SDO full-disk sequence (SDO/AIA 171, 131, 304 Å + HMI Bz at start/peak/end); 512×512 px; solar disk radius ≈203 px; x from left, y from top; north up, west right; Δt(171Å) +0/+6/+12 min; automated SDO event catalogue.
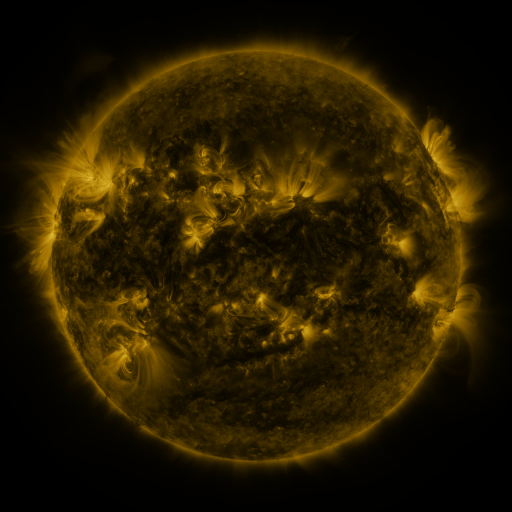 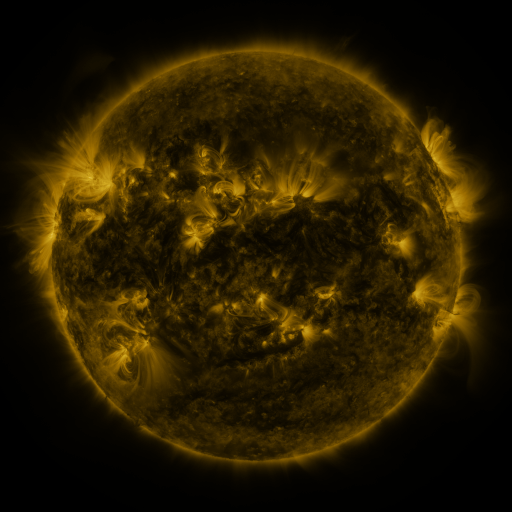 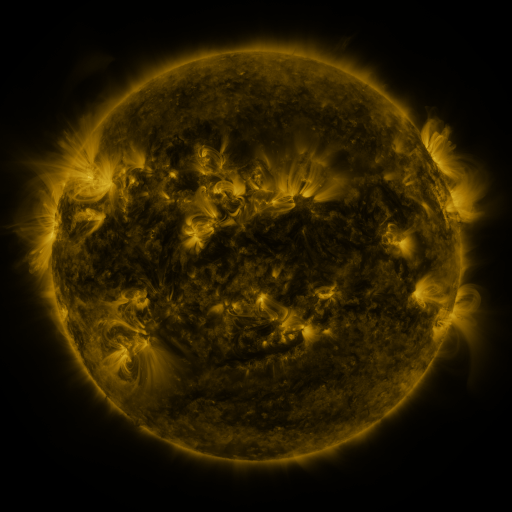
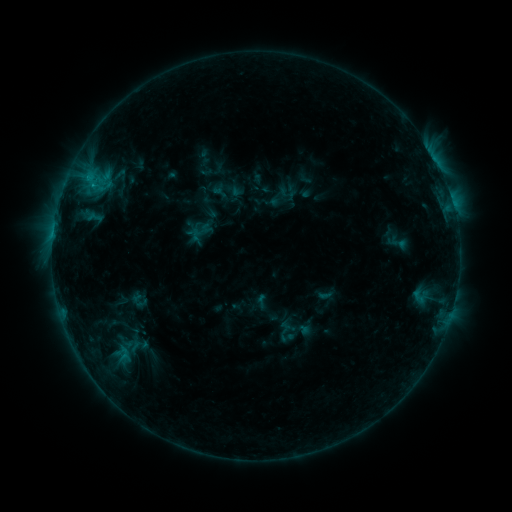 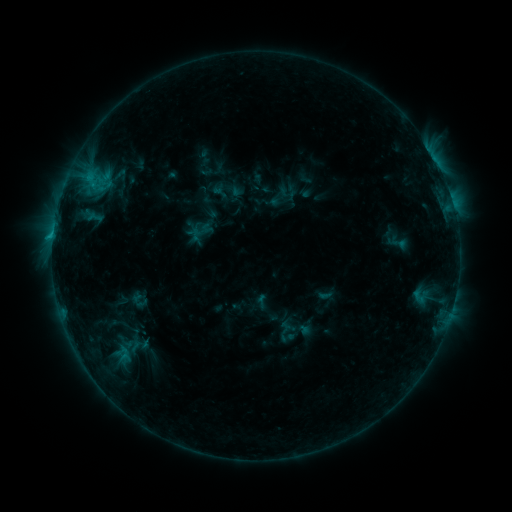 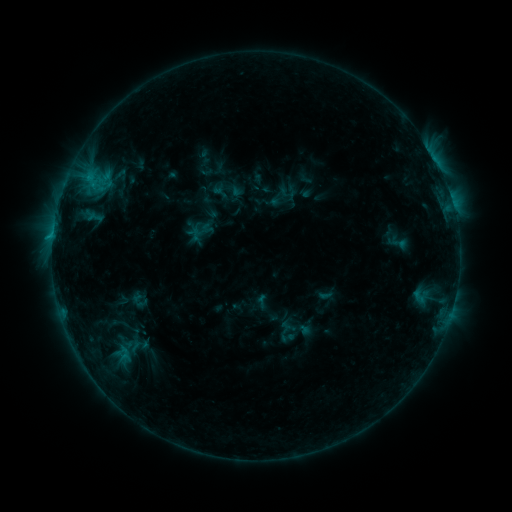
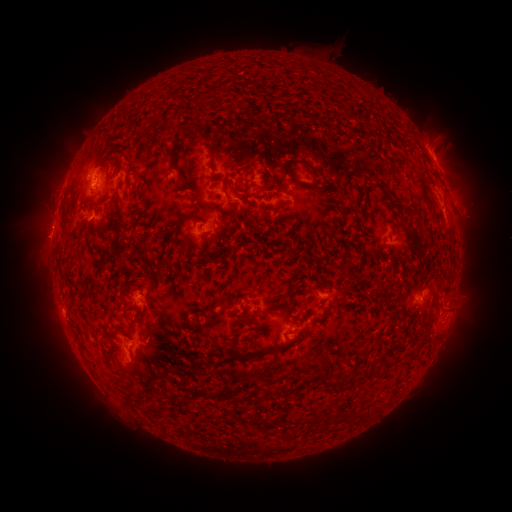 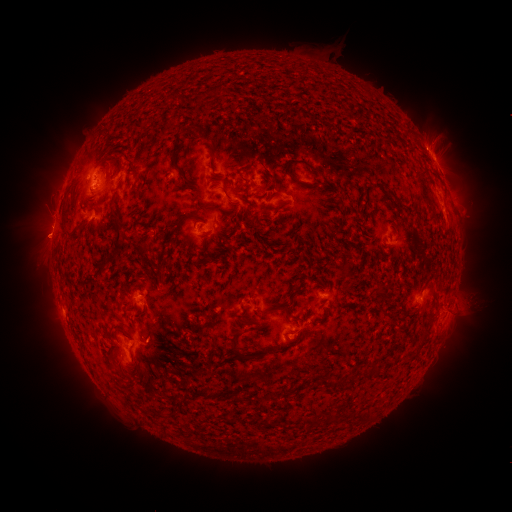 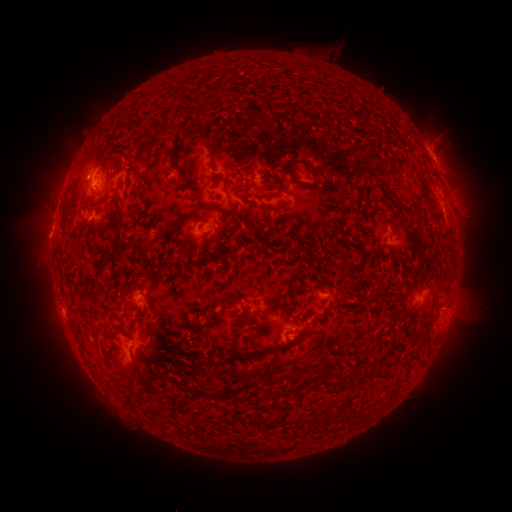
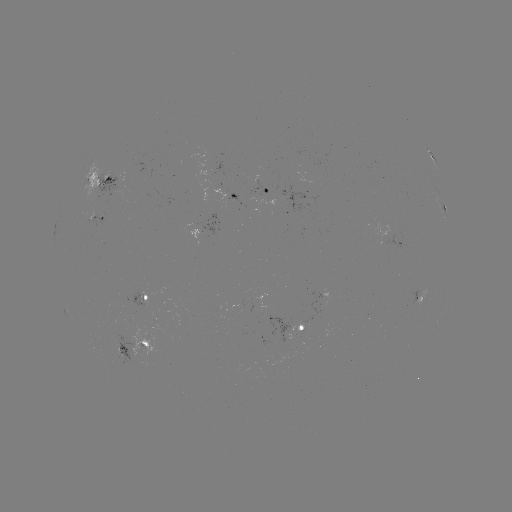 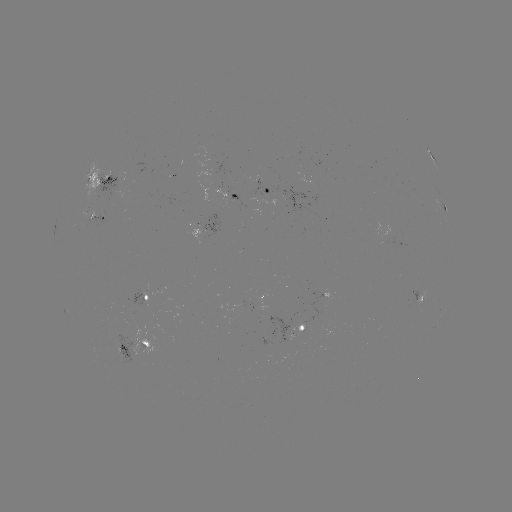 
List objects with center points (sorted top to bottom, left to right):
eruption: (473, 306)
